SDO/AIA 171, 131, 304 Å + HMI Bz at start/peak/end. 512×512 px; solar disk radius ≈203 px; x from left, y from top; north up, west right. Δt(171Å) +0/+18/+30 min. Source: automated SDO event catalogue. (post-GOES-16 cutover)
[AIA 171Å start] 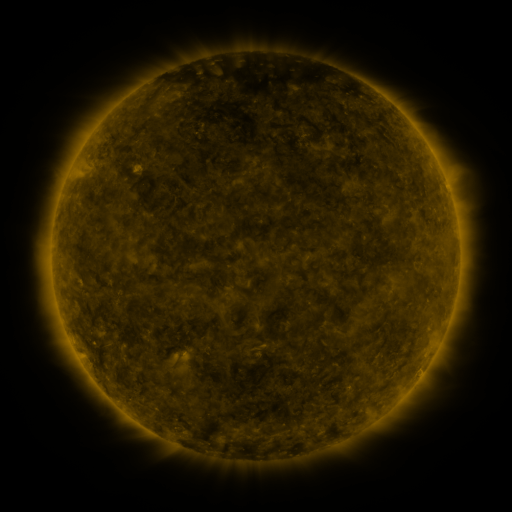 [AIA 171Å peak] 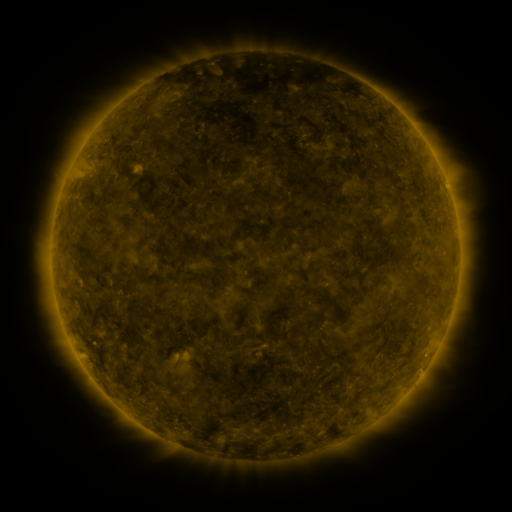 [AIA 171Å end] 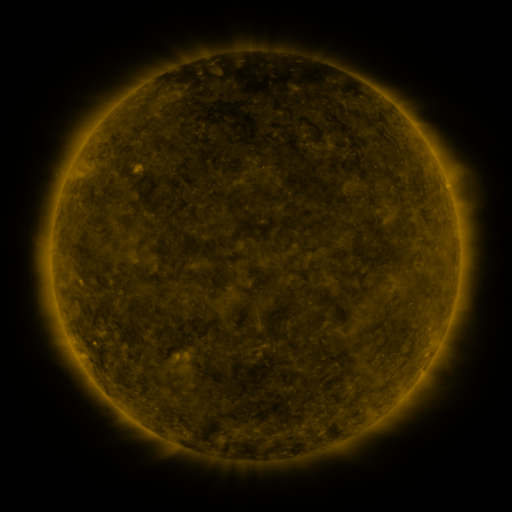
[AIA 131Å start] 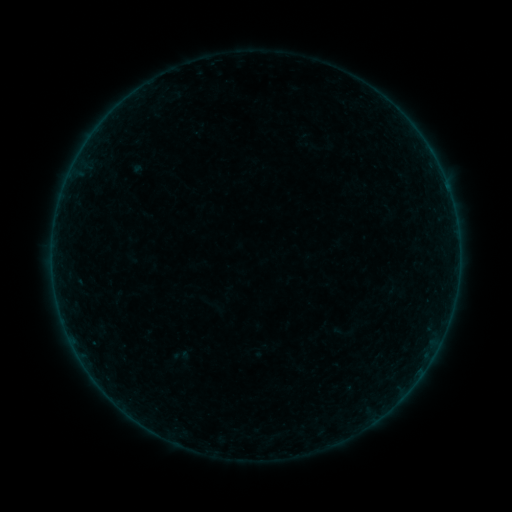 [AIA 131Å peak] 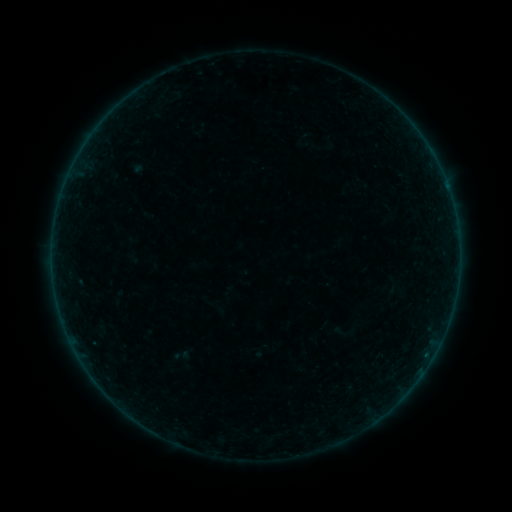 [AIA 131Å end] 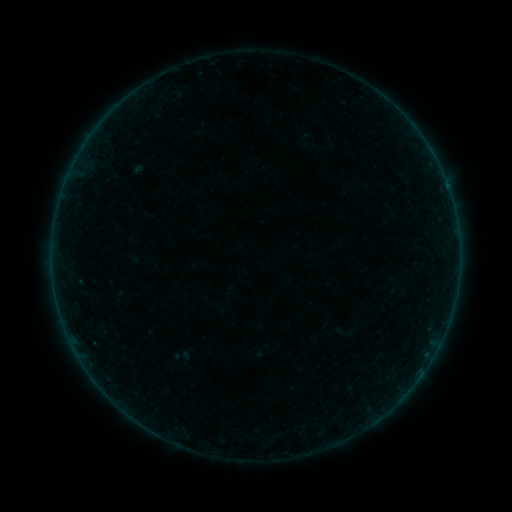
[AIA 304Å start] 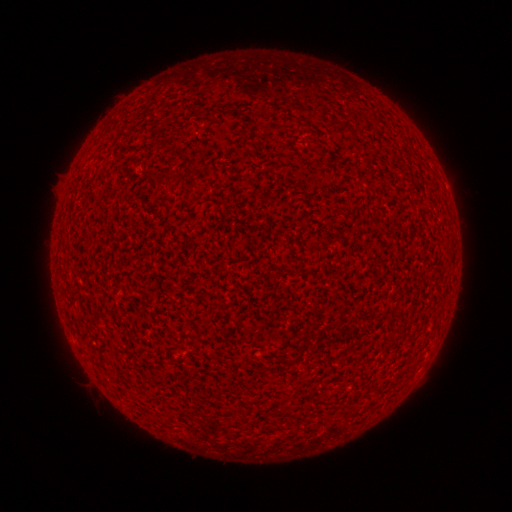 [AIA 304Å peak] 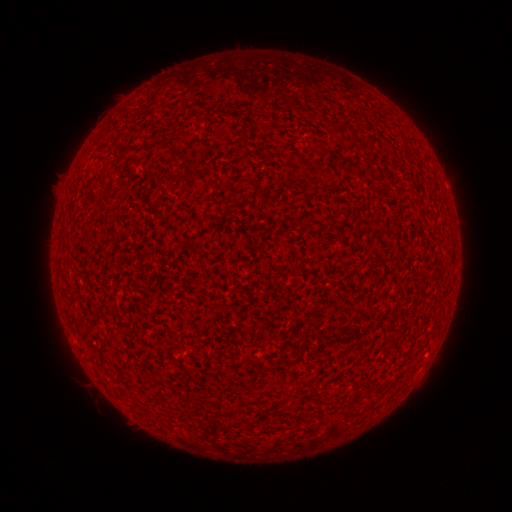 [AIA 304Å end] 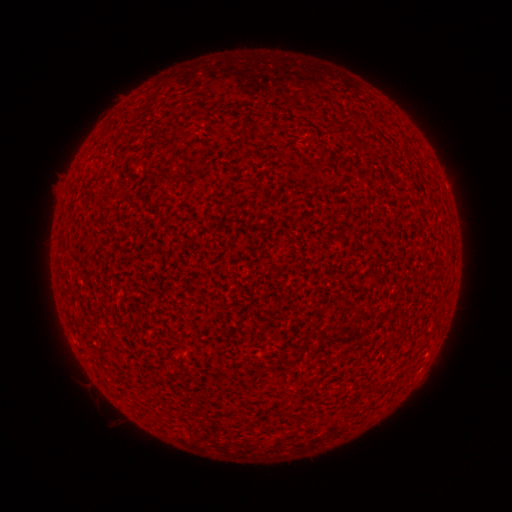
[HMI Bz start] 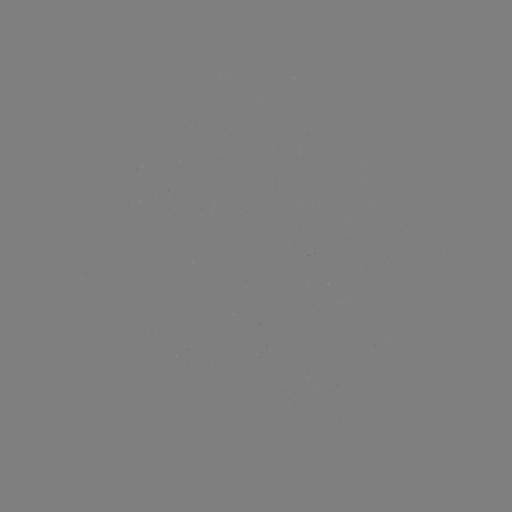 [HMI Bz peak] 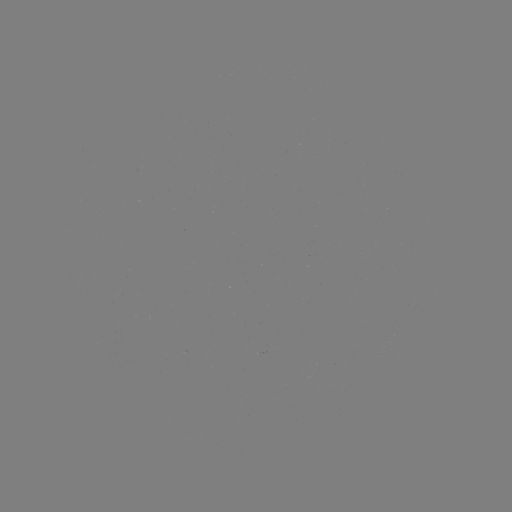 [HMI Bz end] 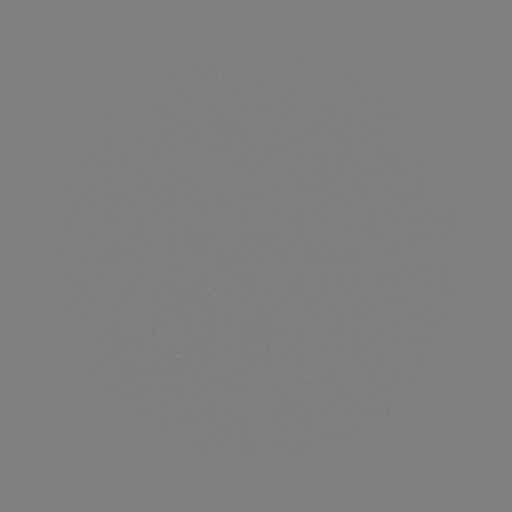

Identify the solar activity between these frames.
no flare in any classed list; no EUV-trigger detection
